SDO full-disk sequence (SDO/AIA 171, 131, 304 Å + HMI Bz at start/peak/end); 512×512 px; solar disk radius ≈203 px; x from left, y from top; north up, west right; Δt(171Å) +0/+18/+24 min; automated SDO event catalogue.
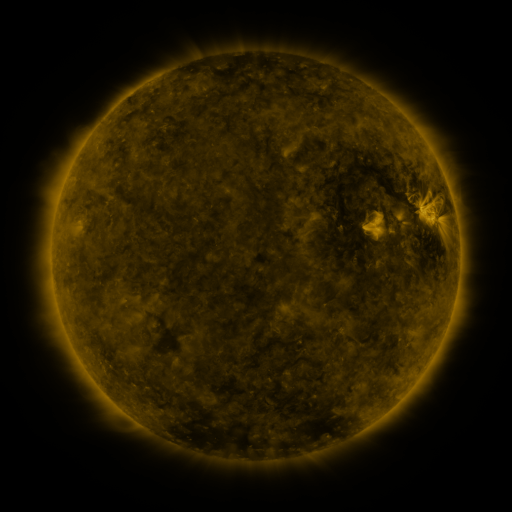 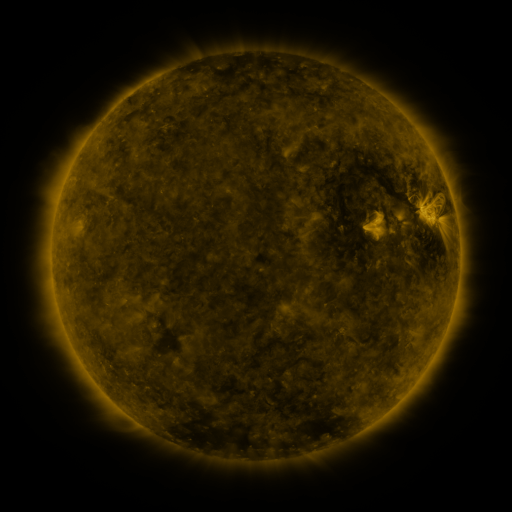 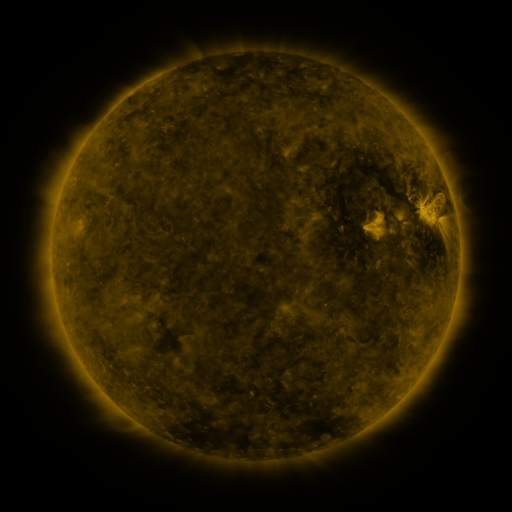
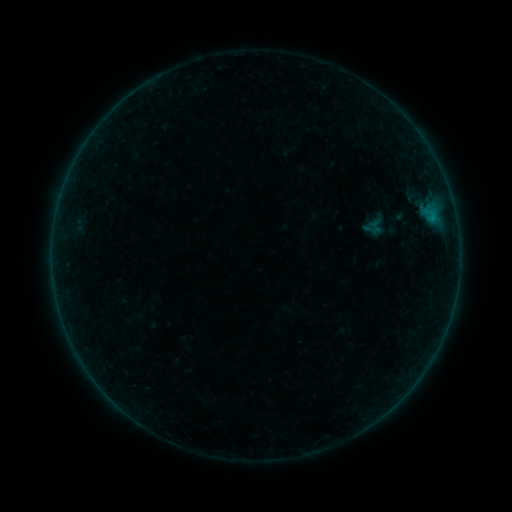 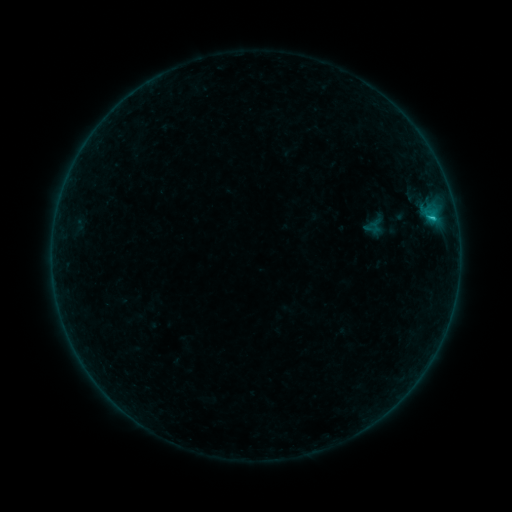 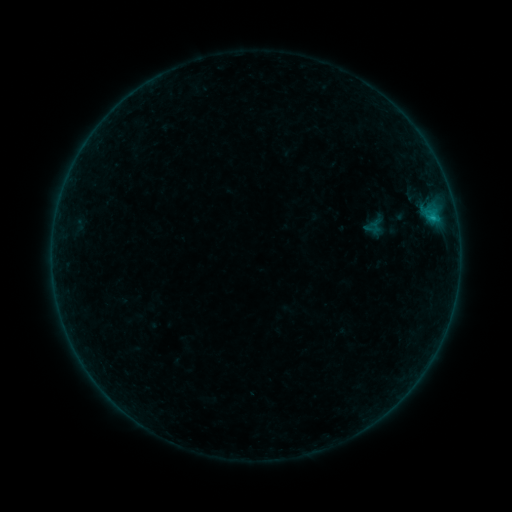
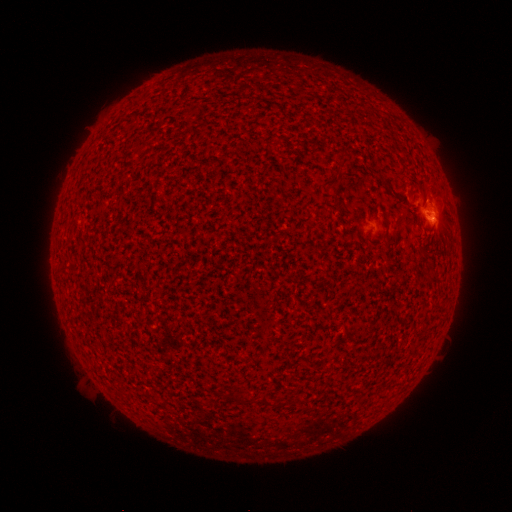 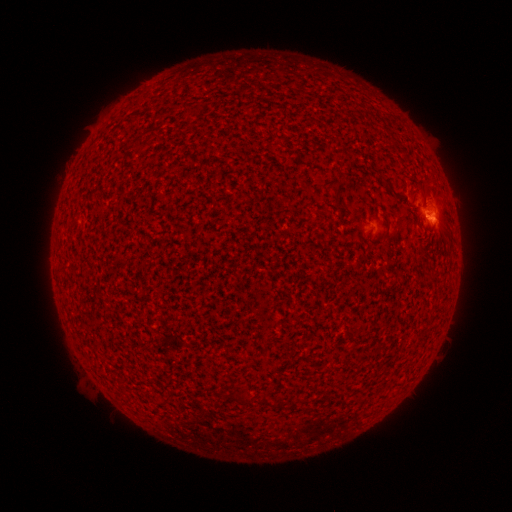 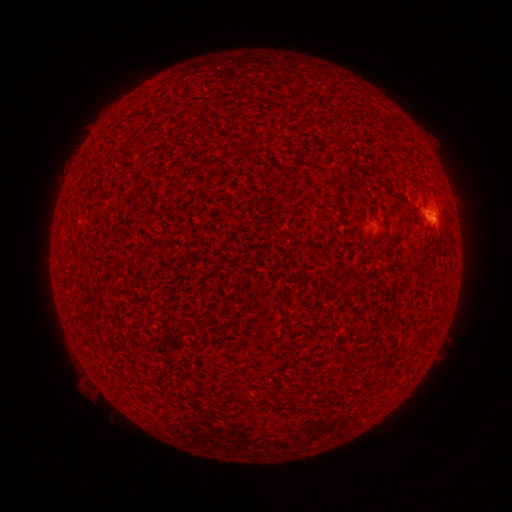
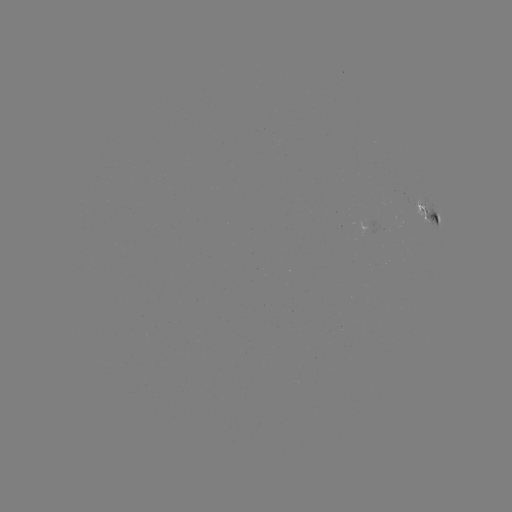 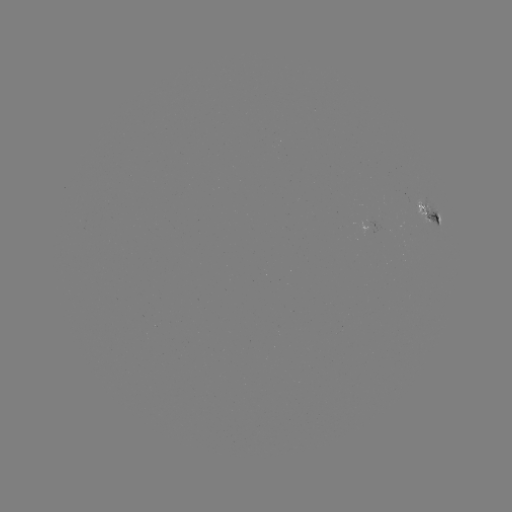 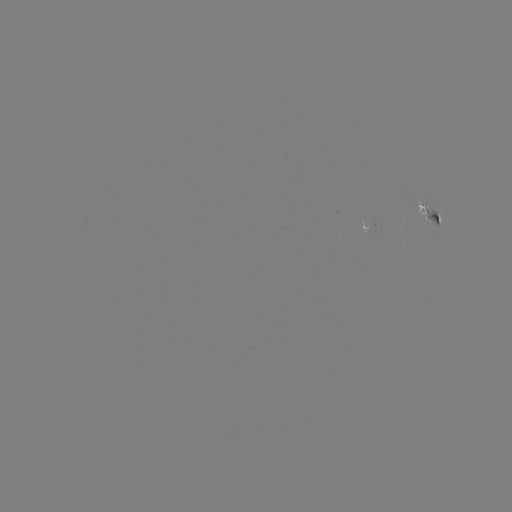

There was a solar flare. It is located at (432, 219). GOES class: B6.3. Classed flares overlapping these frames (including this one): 1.